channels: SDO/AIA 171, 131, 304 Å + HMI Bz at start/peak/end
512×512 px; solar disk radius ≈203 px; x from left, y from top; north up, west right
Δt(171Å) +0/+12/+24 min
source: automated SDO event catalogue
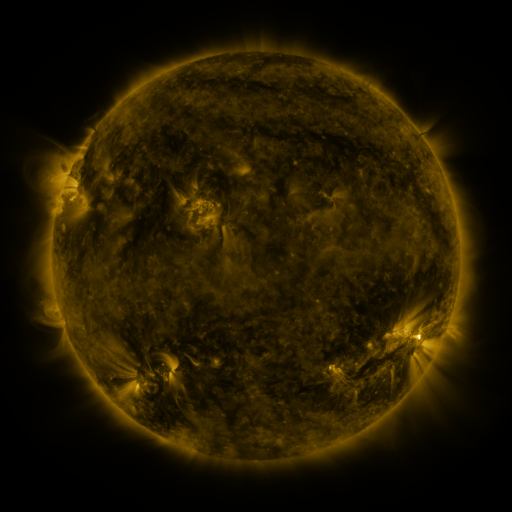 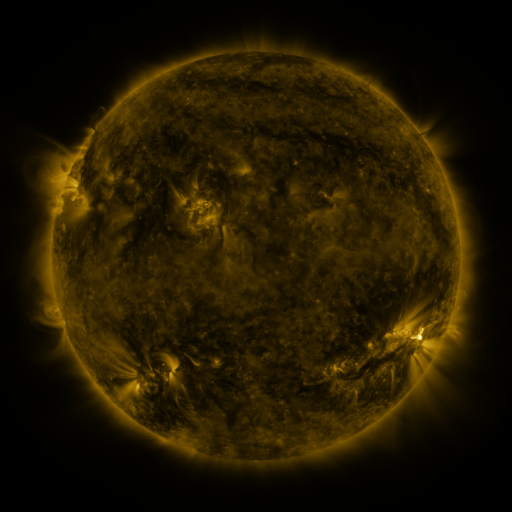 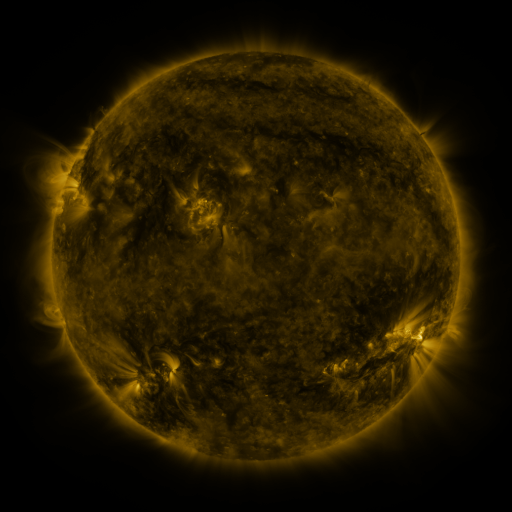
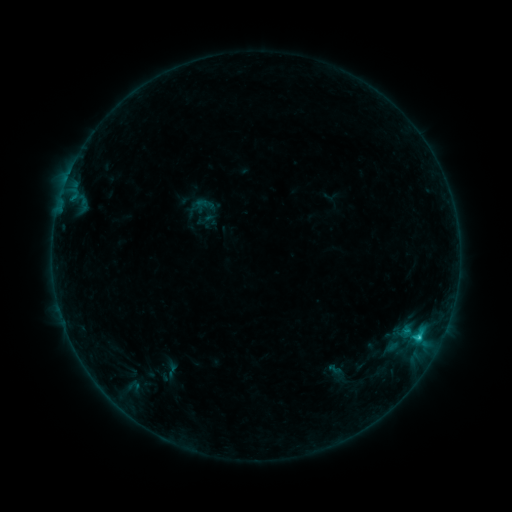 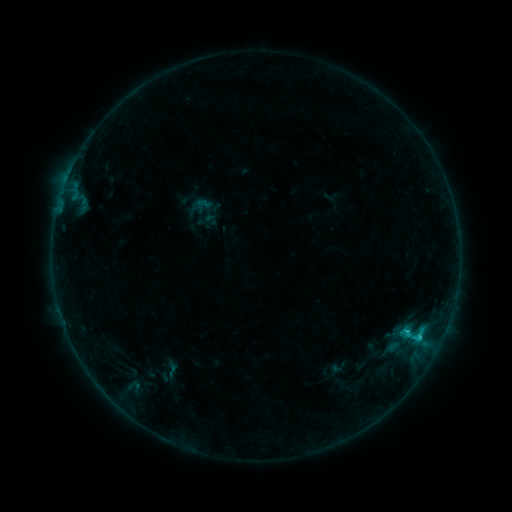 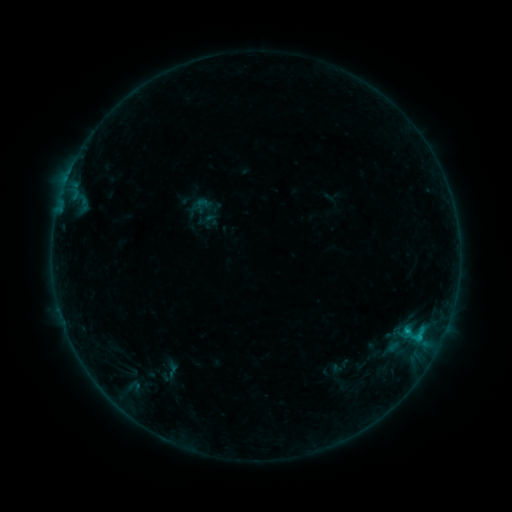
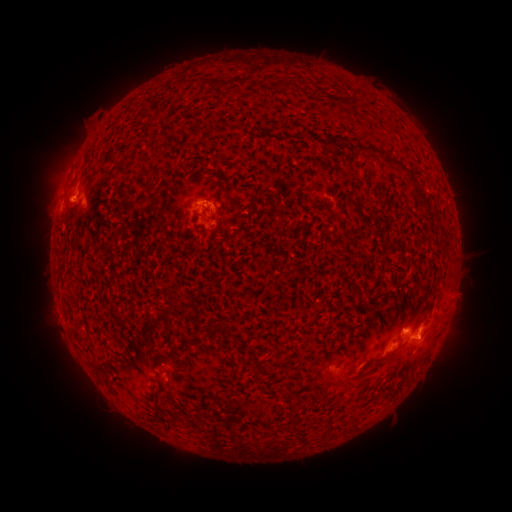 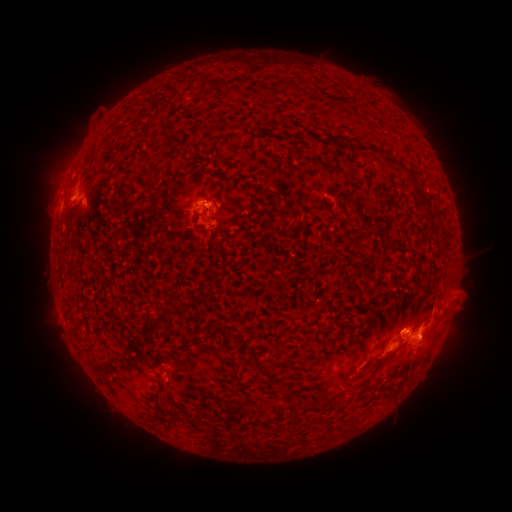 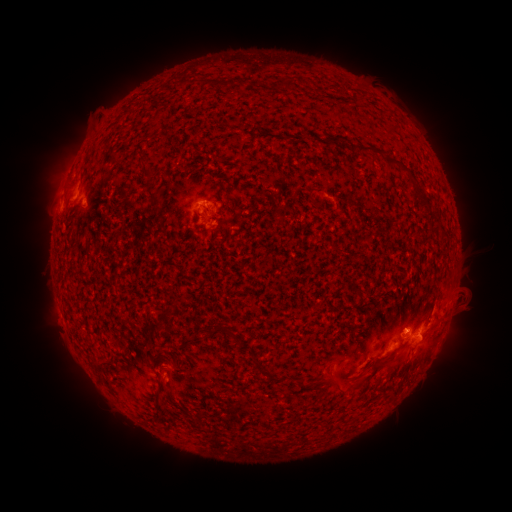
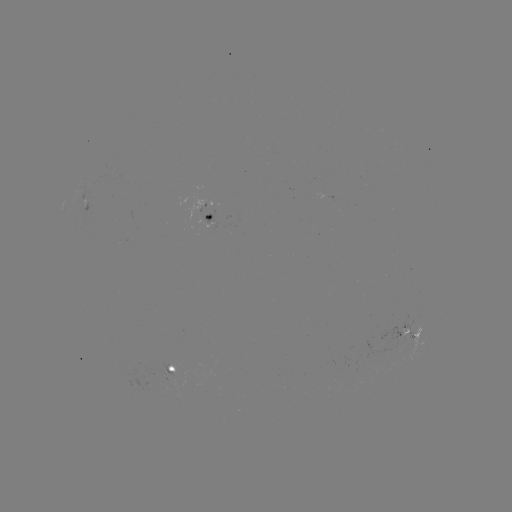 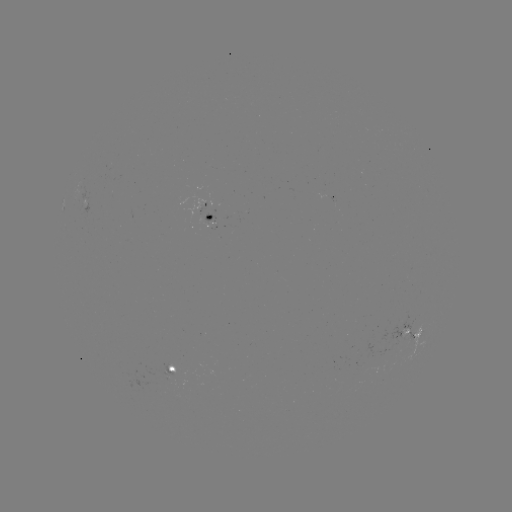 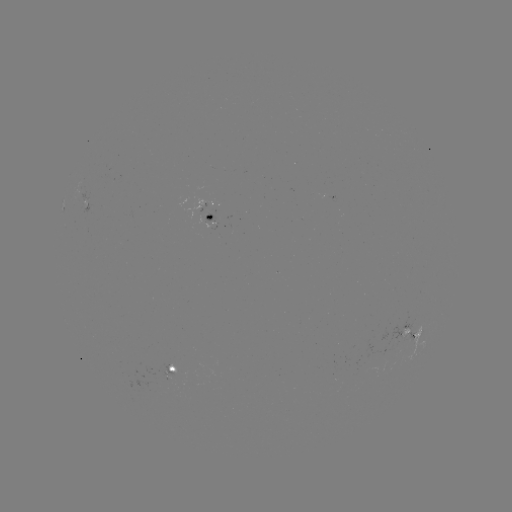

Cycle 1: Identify eruption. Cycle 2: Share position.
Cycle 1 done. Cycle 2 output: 467,296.